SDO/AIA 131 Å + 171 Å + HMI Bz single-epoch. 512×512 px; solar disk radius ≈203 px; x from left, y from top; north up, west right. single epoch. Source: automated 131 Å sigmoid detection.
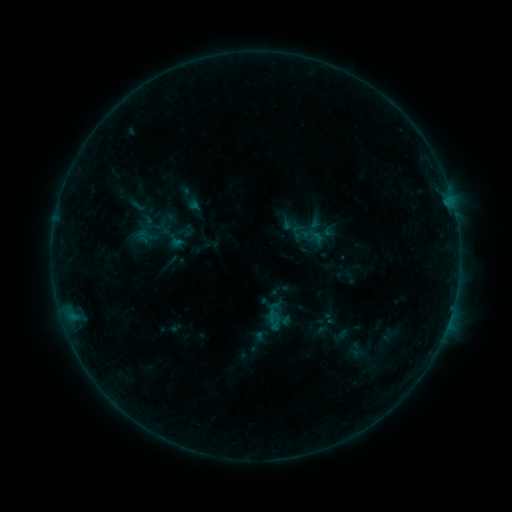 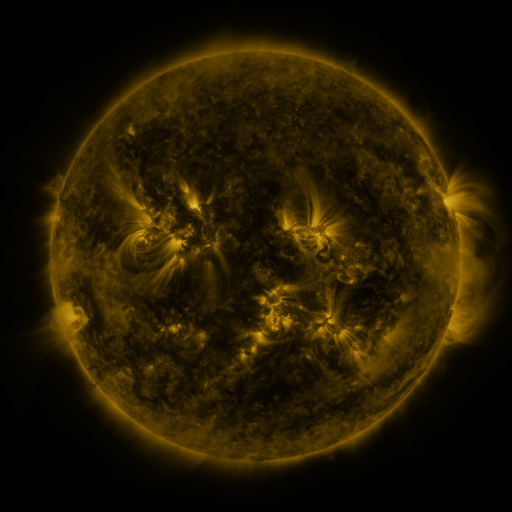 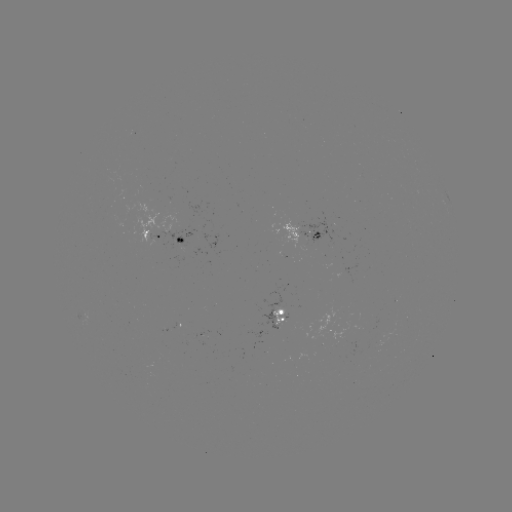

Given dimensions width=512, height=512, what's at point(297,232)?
sigmoid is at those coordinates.